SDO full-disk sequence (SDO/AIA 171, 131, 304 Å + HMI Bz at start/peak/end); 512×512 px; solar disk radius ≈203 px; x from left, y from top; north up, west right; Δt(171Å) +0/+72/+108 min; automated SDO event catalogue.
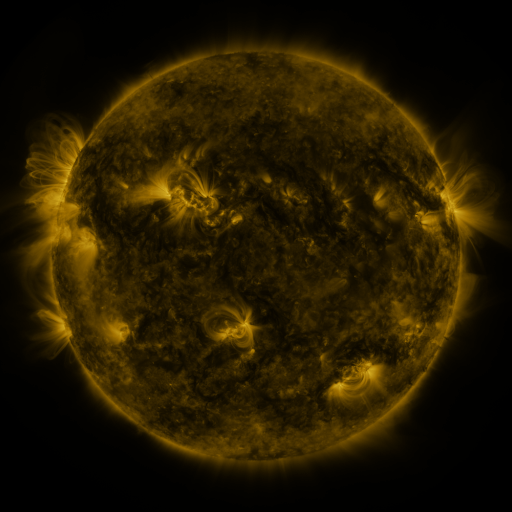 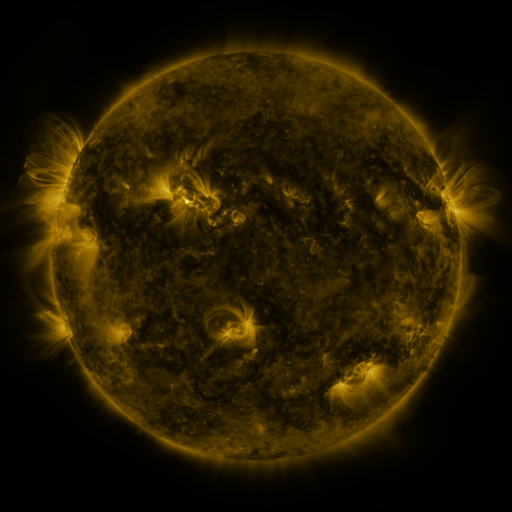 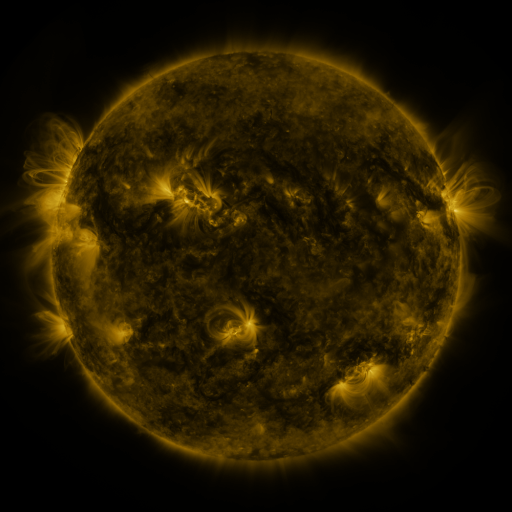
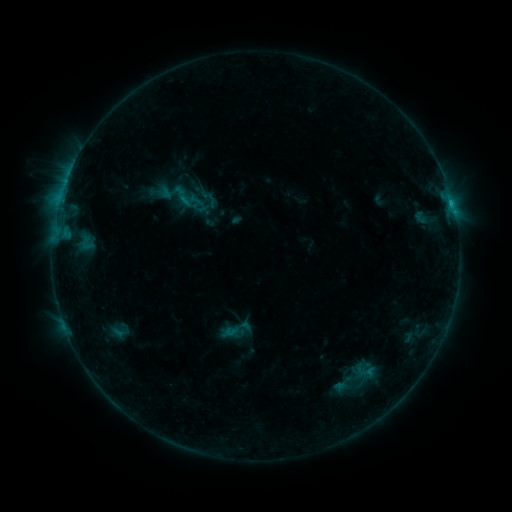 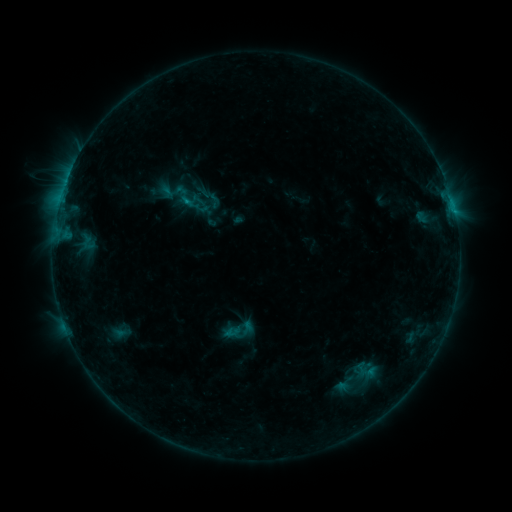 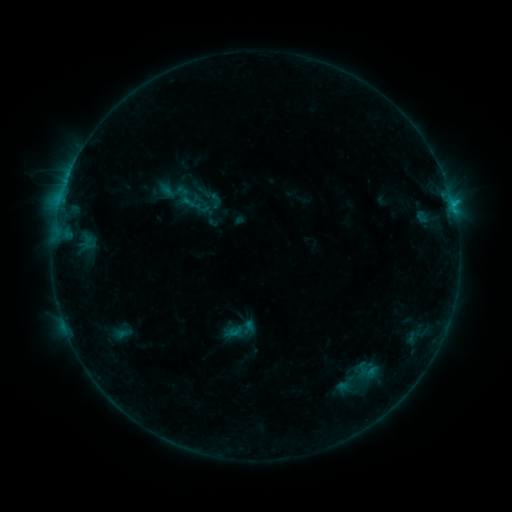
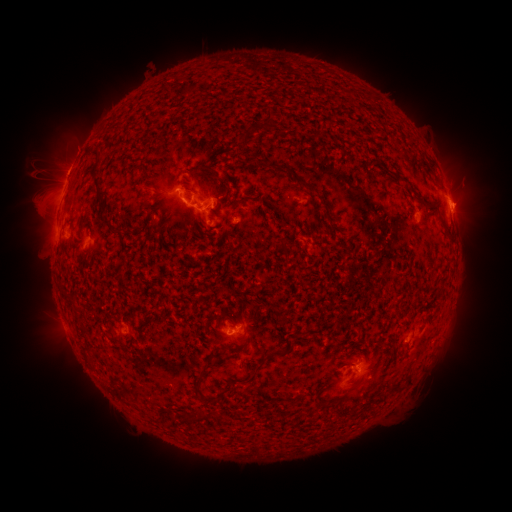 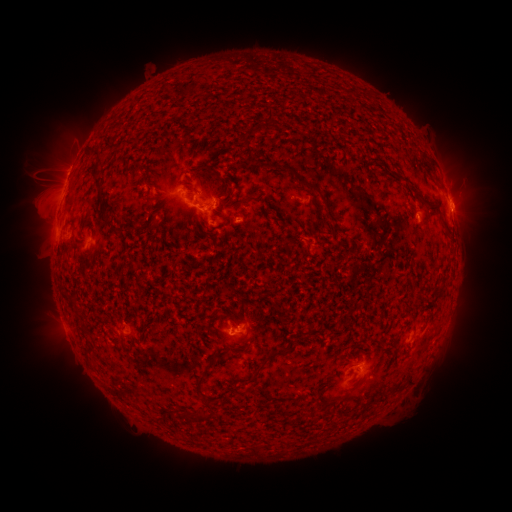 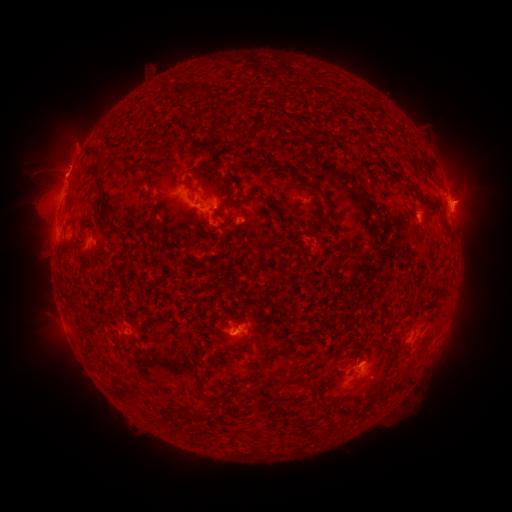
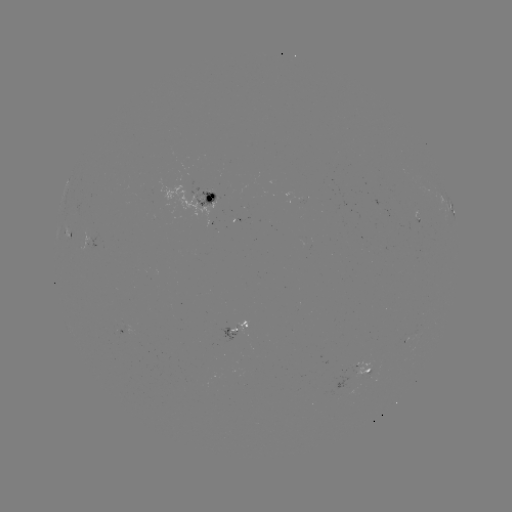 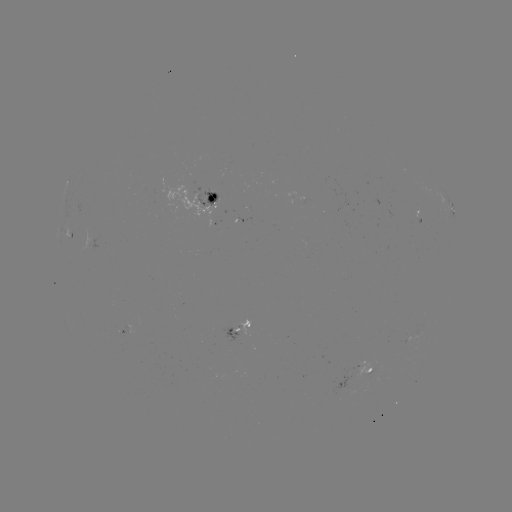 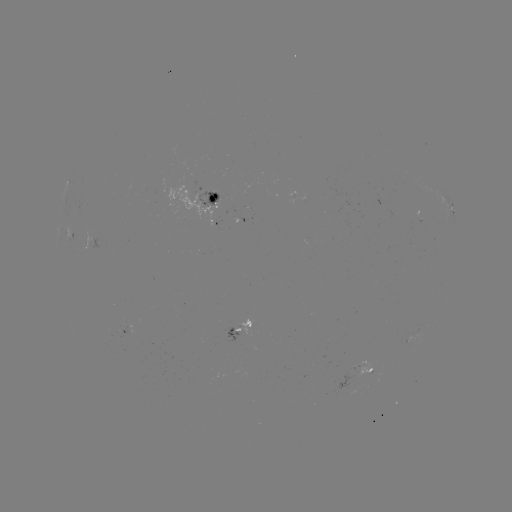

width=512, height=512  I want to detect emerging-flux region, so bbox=[197, 190, 218, 208].